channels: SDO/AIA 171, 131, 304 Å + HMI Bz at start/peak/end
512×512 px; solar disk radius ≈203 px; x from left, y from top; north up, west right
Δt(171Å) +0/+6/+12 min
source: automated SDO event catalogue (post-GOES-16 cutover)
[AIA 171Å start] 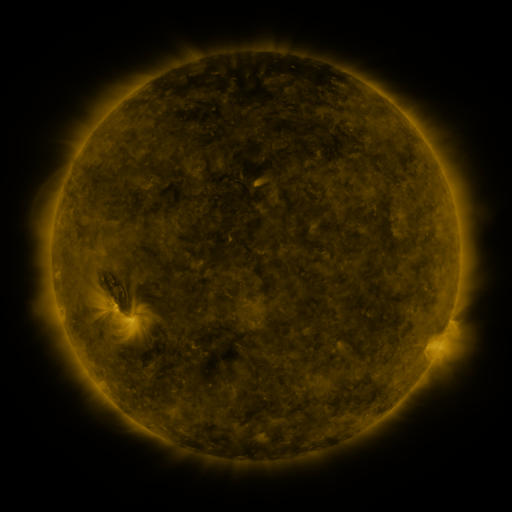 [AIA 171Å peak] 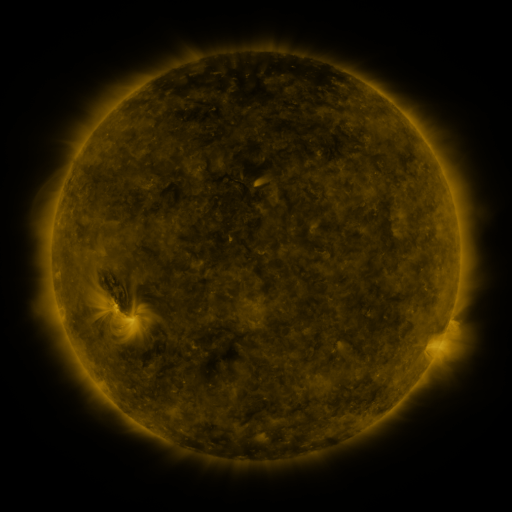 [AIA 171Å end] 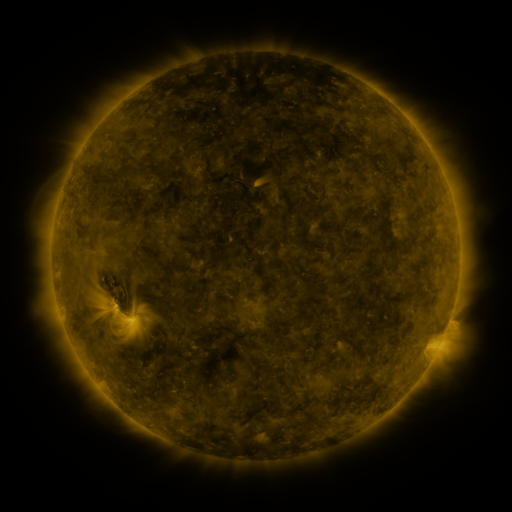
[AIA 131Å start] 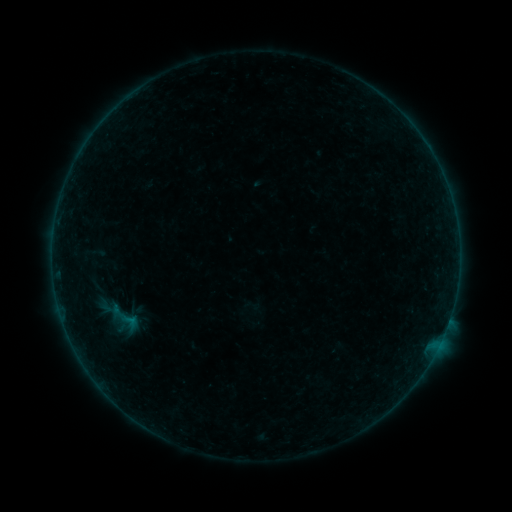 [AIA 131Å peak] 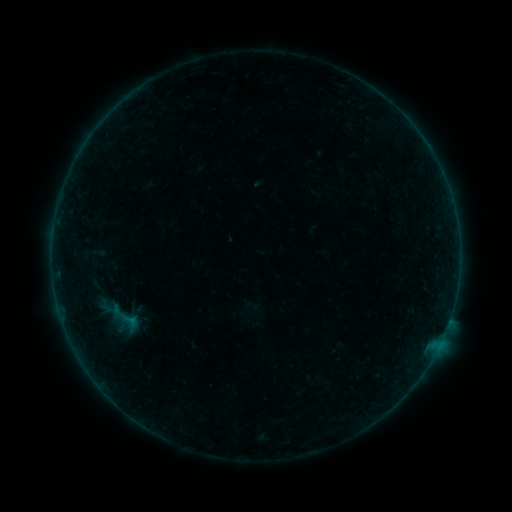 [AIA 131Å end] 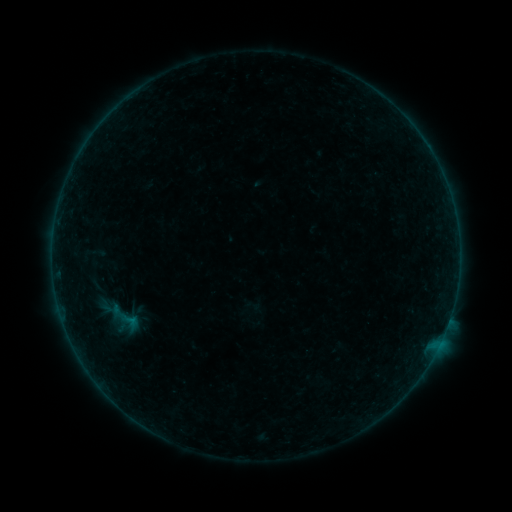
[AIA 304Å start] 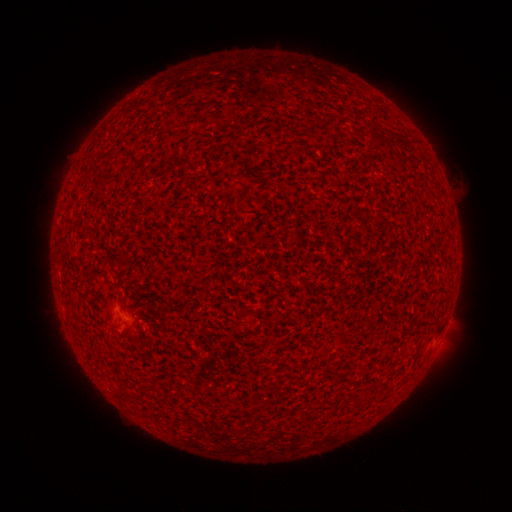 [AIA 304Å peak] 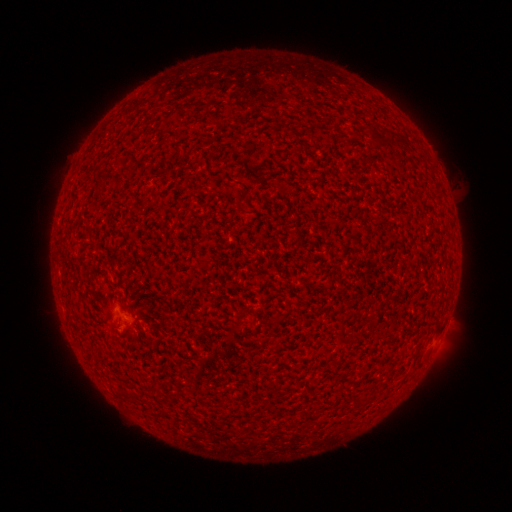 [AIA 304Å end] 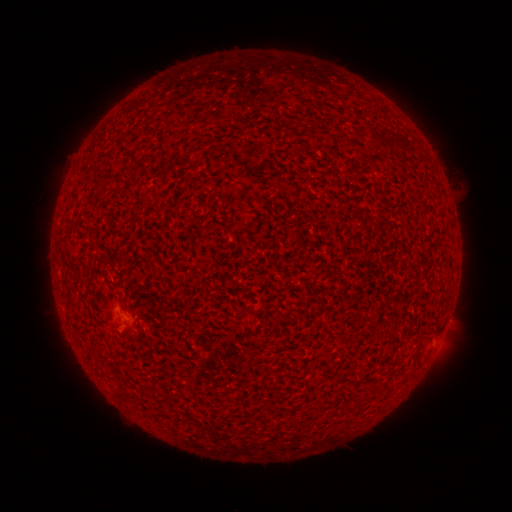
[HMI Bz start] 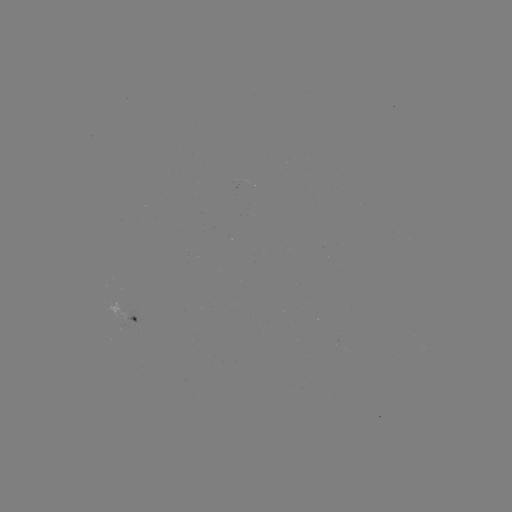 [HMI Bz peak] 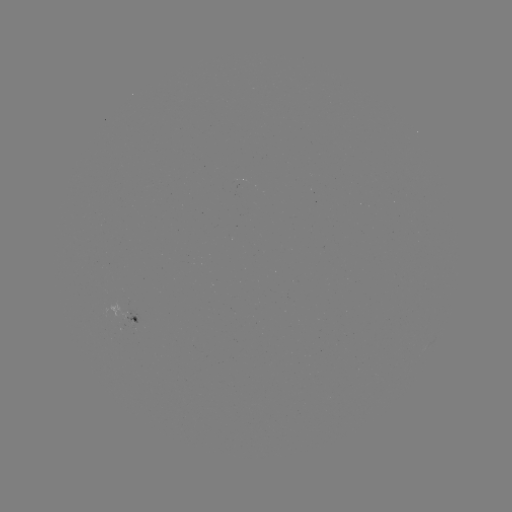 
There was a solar flare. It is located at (294, 233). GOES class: A4.4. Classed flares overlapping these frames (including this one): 1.